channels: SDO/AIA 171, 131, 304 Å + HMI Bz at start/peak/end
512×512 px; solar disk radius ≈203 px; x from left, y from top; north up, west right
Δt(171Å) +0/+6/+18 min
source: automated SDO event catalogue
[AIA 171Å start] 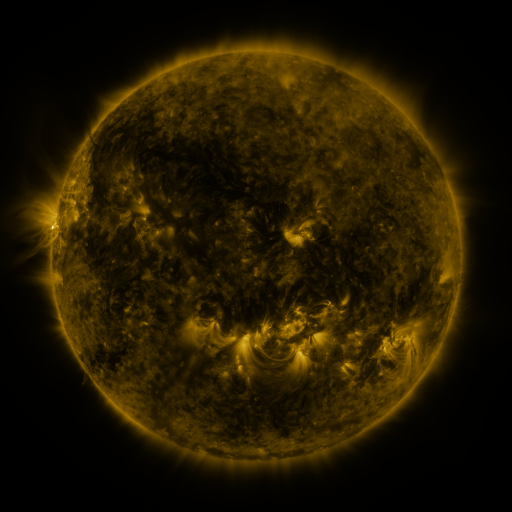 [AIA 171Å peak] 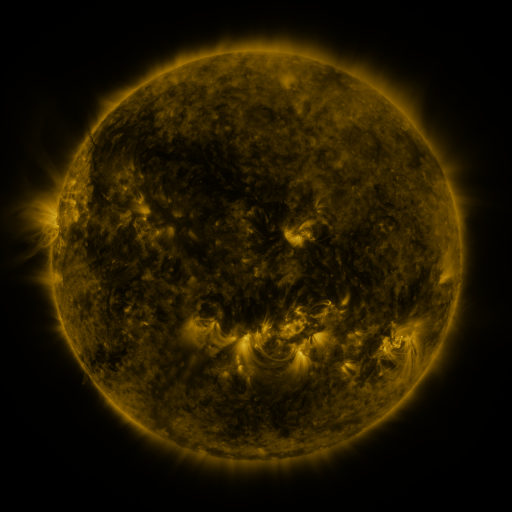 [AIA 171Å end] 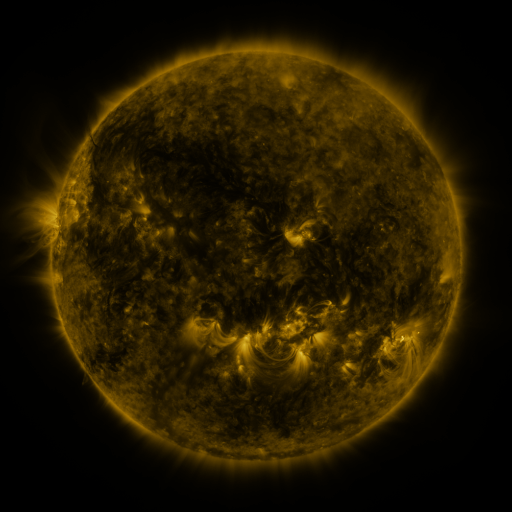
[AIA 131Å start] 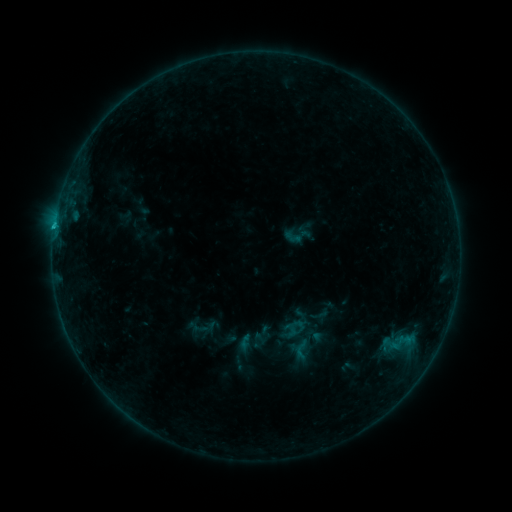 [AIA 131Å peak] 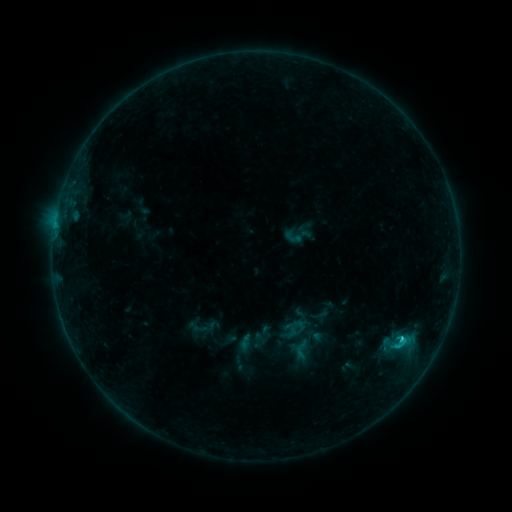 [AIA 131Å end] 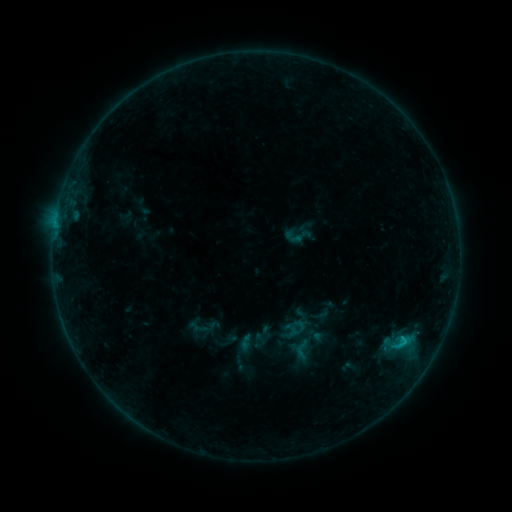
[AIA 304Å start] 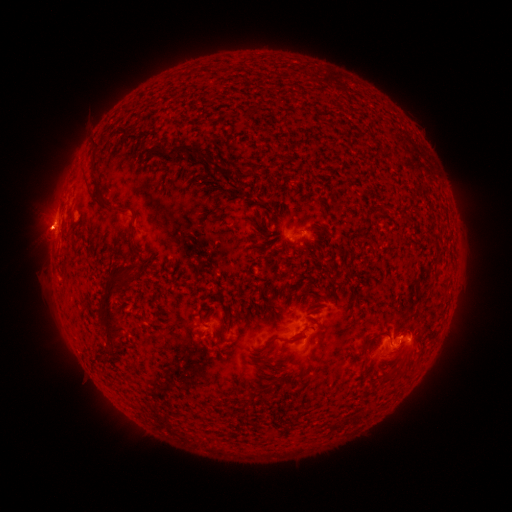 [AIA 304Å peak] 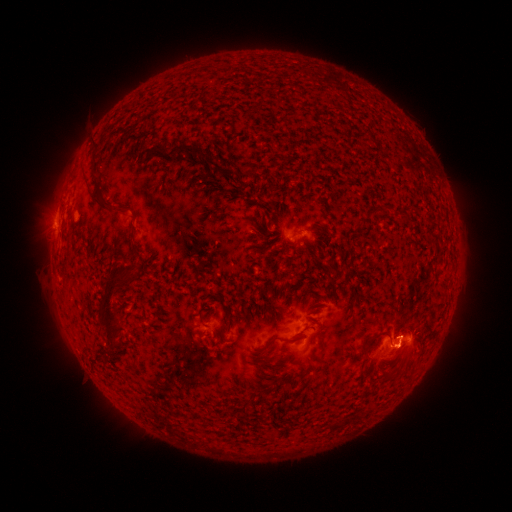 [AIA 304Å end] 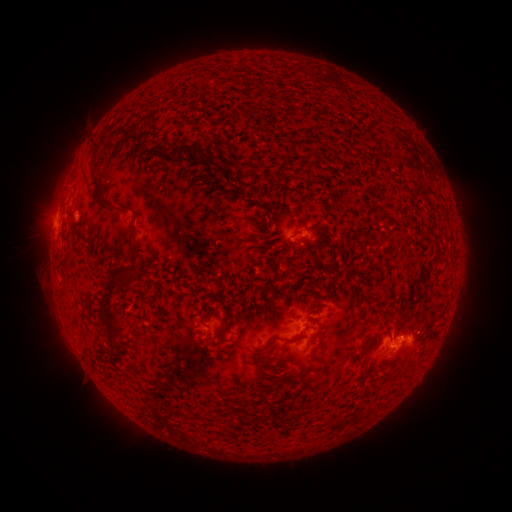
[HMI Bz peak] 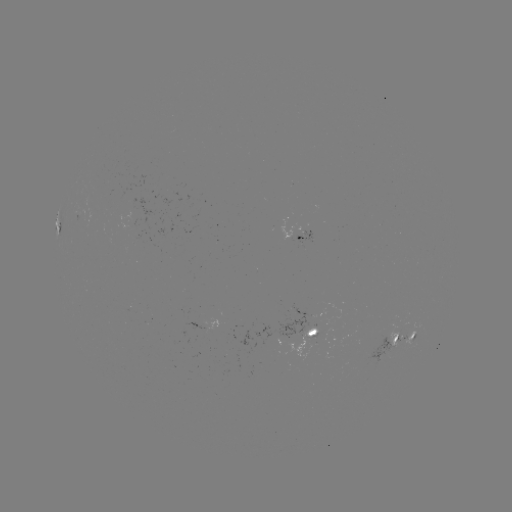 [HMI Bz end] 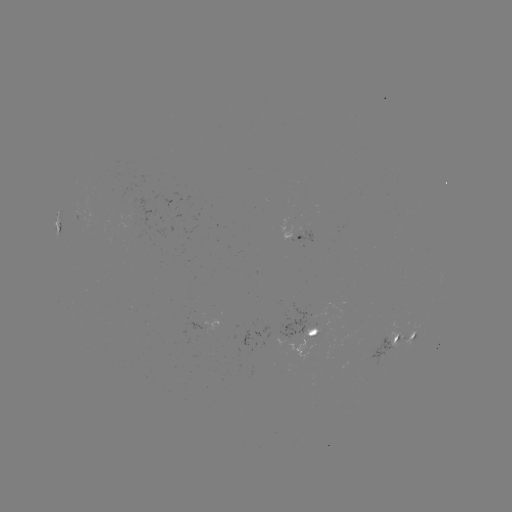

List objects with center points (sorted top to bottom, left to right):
C1.4 flare: (401, 337)
